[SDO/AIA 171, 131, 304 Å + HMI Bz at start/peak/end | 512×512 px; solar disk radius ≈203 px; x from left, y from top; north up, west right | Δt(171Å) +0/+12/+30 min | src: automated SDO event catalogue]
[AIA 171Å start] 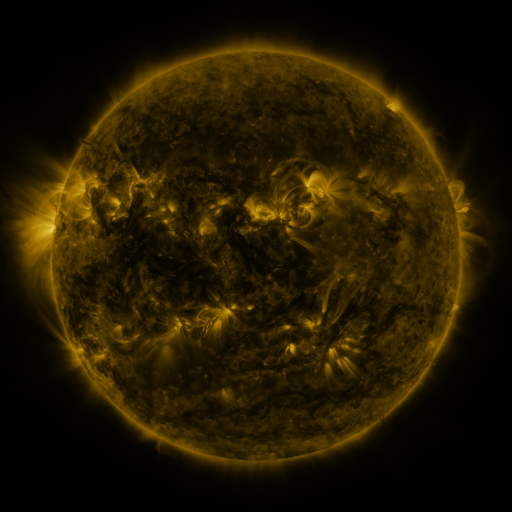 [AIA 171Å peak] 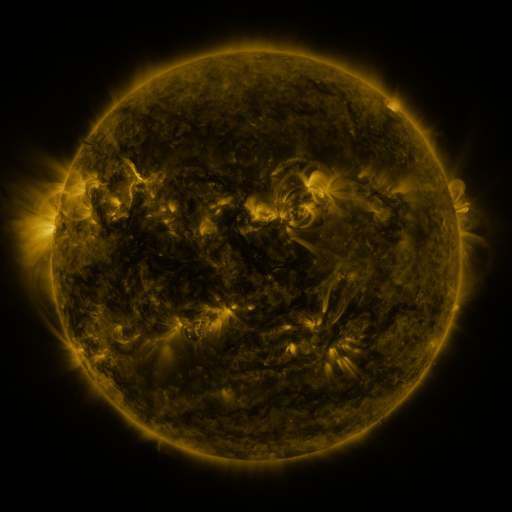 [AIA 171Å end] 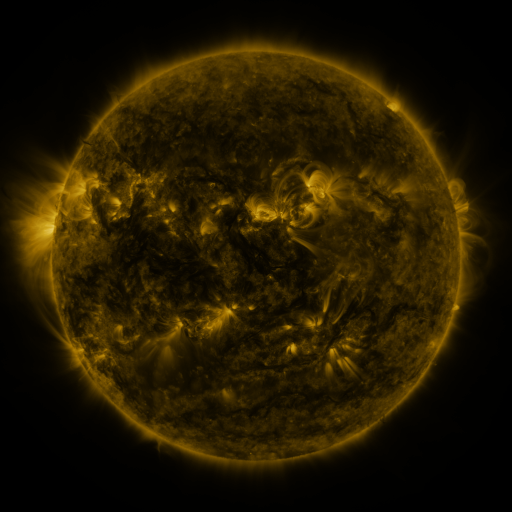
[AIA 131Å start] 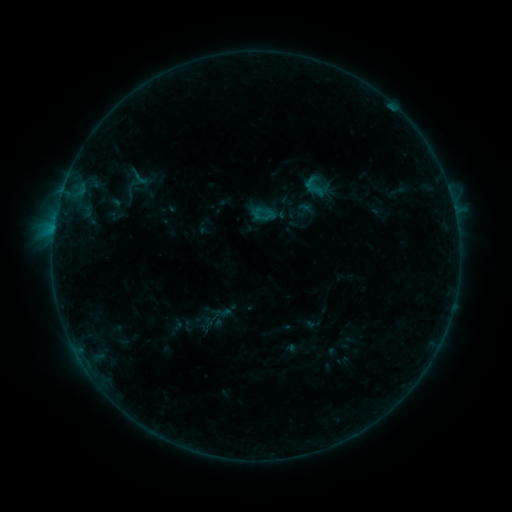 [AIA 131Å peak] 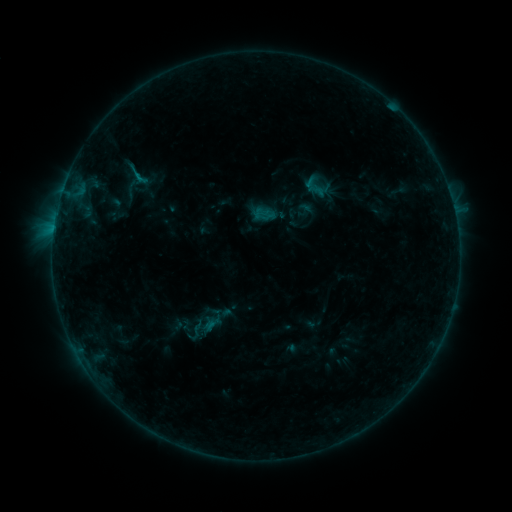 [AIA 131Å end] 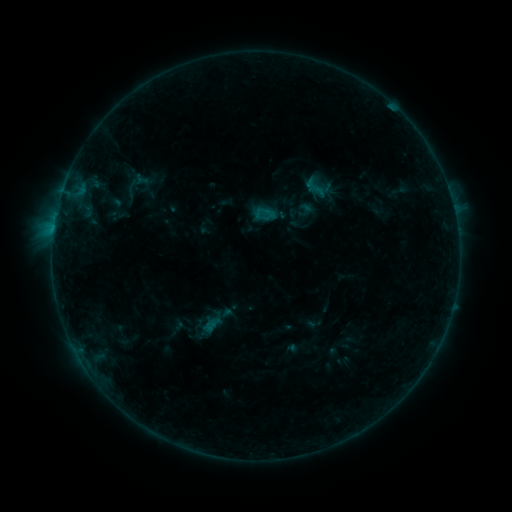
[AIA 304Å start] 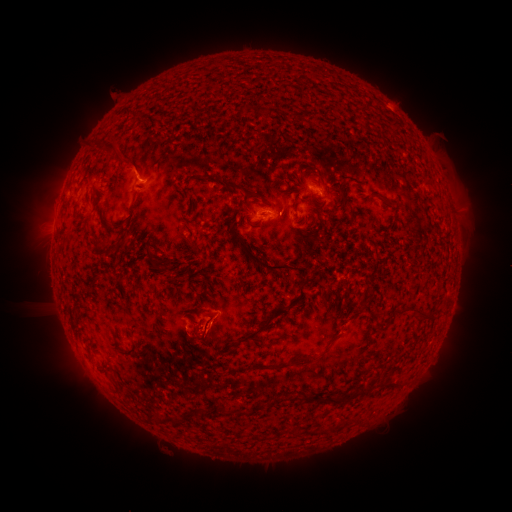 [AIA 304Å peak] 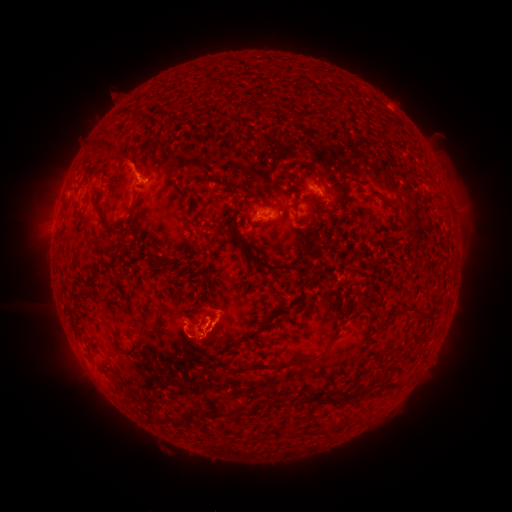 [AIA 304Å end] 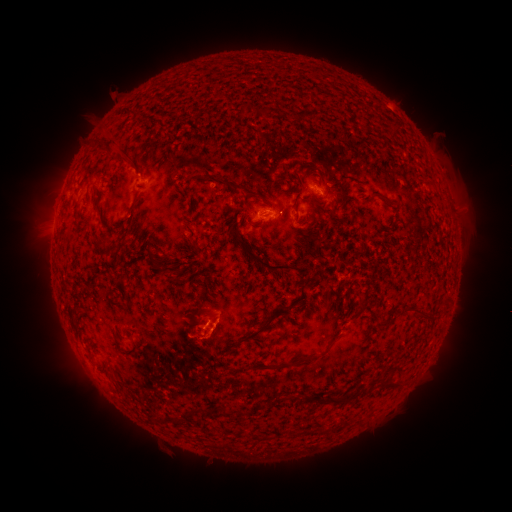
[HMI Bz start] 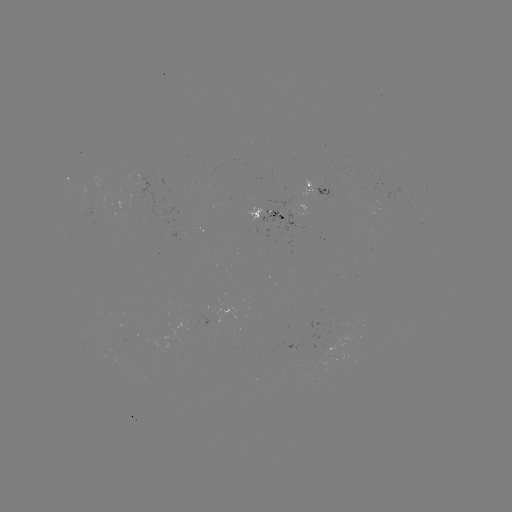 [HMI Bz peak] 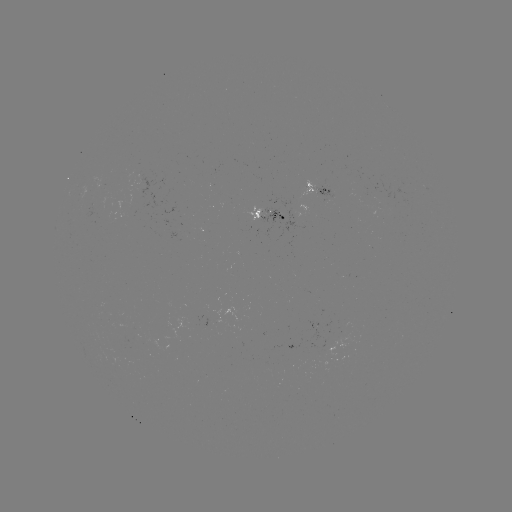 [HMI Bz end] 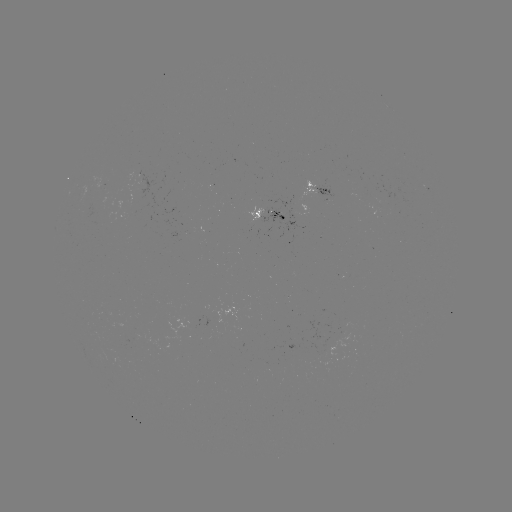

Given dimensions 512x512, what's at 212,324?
B5.5 flare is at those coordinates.